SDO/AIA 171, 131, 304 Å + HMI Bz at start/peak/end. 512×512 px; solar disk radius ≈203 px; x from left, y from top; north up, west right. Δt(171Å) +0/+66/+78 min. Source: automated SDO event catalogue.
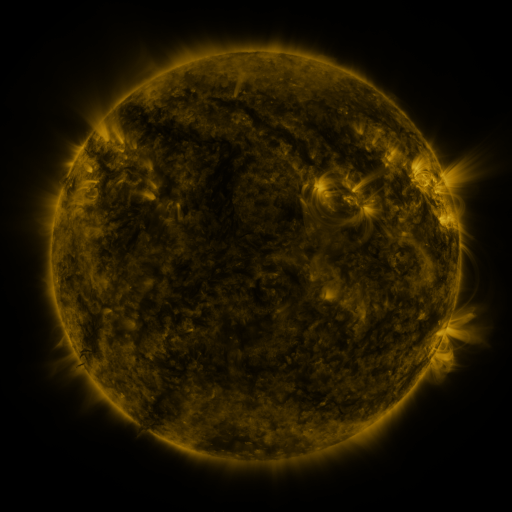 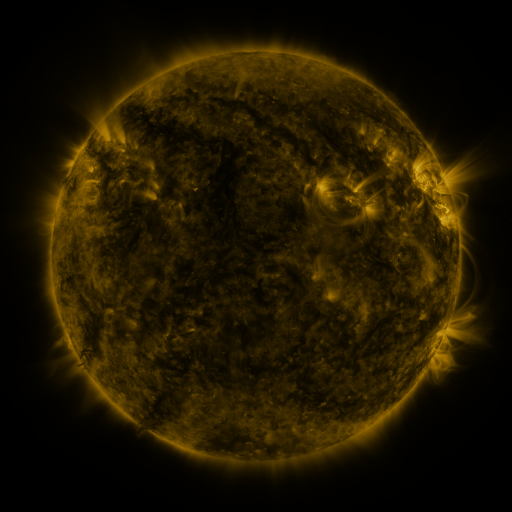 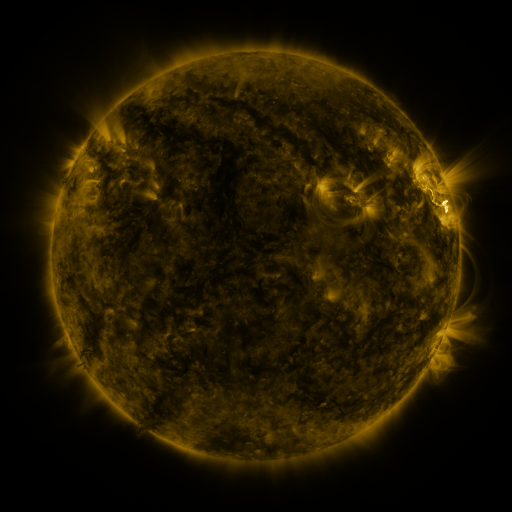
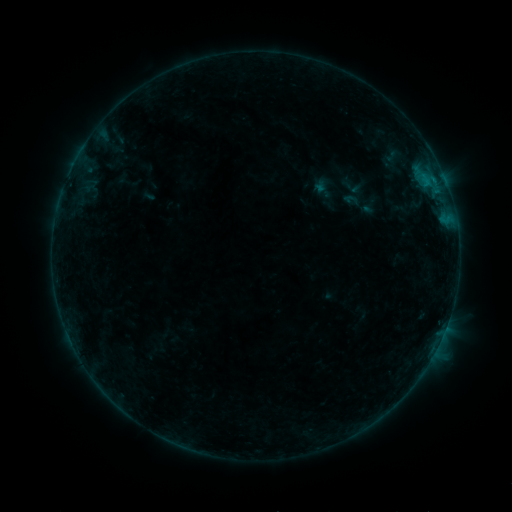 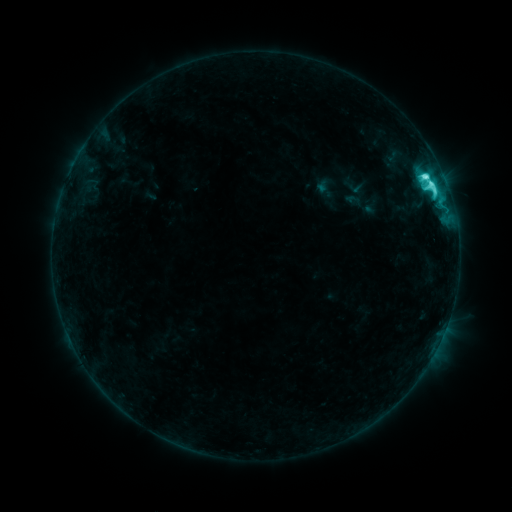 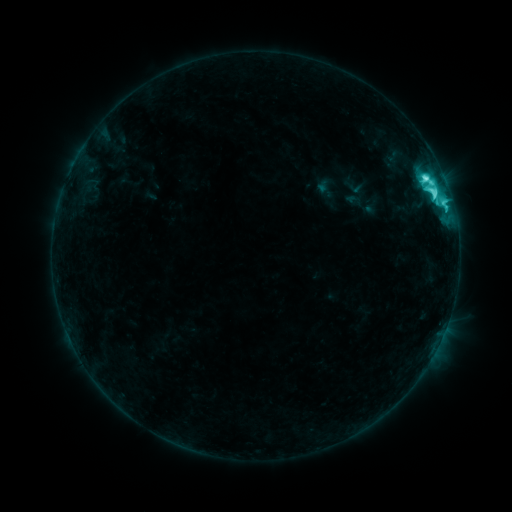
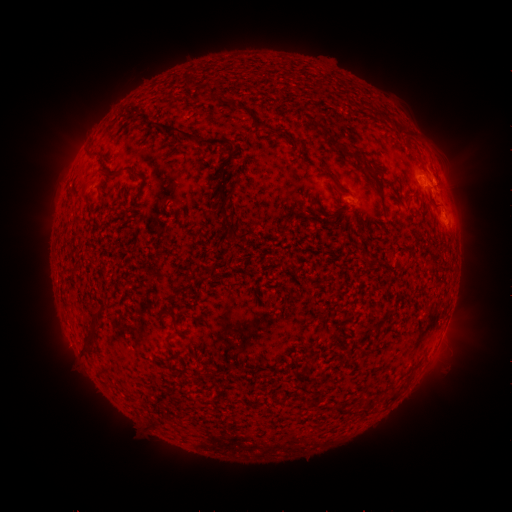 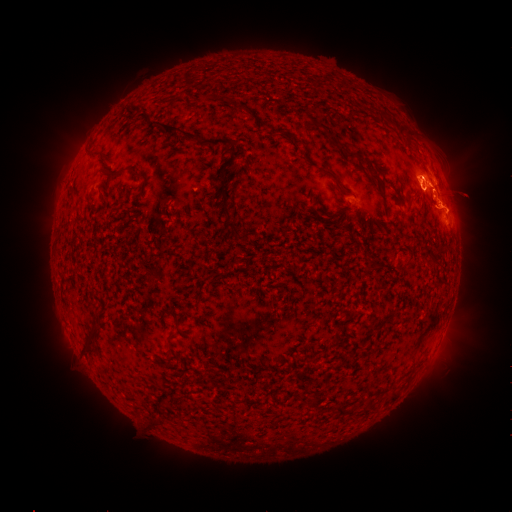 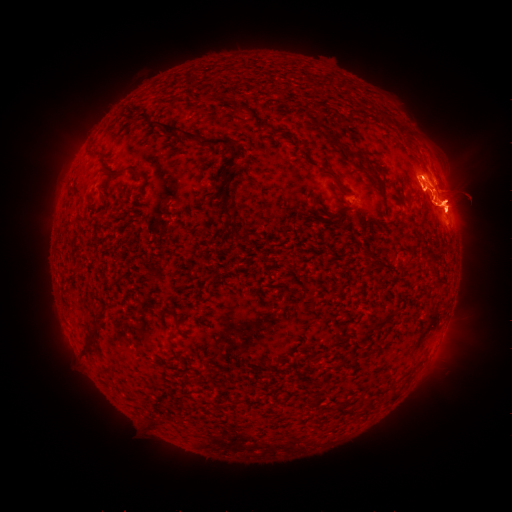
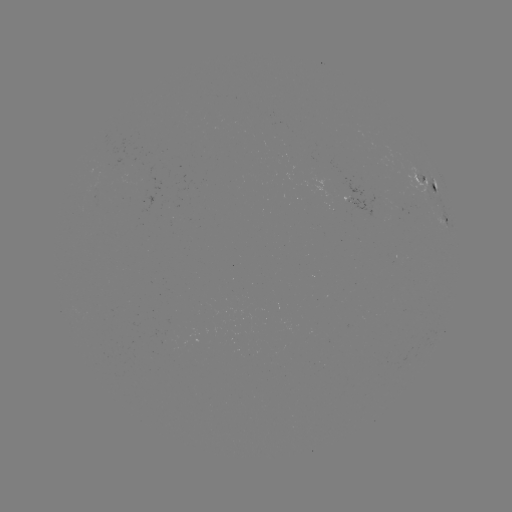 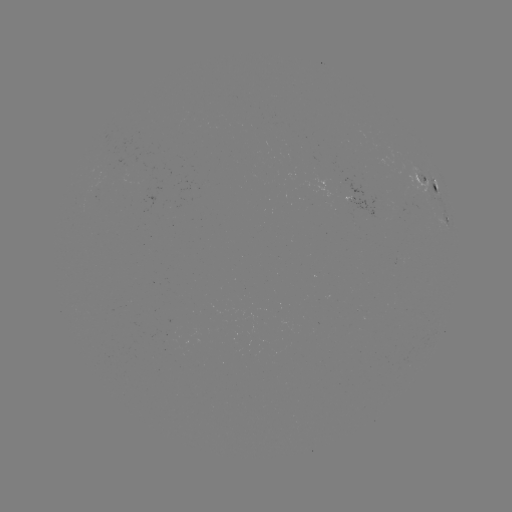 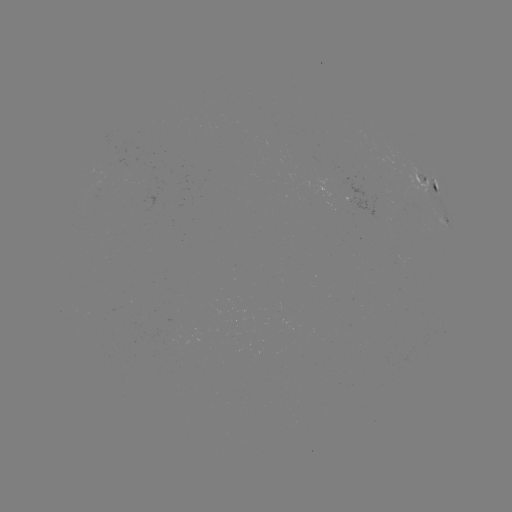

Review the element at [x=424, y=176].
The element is C7.2 flare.